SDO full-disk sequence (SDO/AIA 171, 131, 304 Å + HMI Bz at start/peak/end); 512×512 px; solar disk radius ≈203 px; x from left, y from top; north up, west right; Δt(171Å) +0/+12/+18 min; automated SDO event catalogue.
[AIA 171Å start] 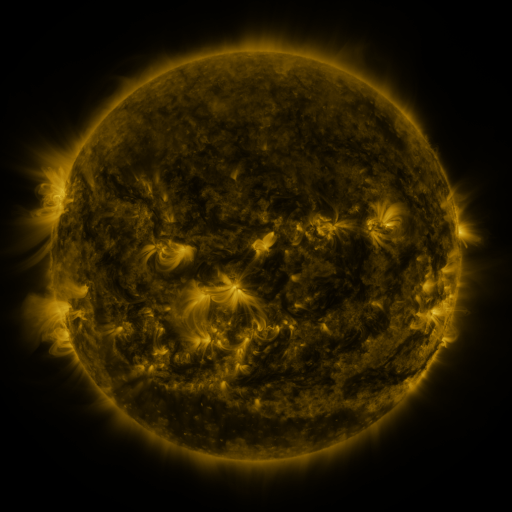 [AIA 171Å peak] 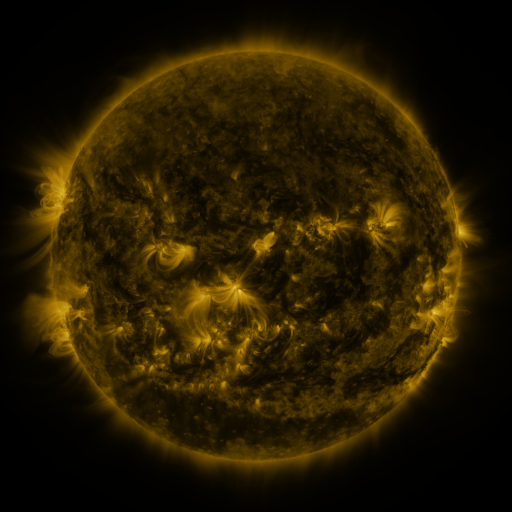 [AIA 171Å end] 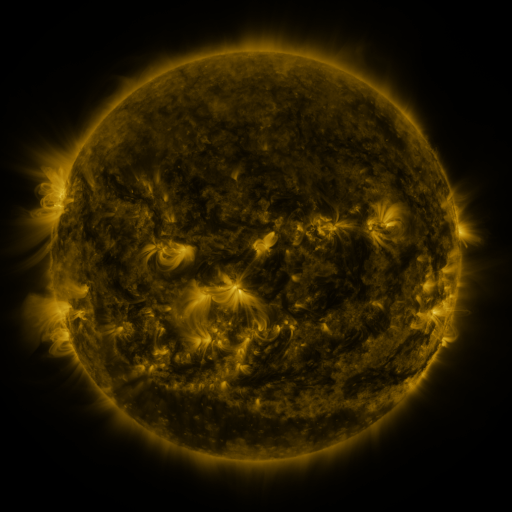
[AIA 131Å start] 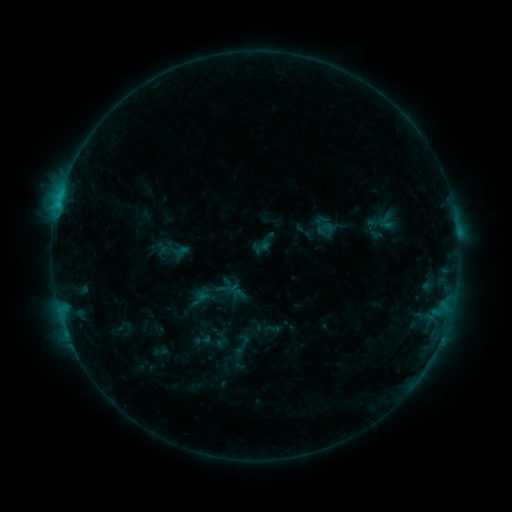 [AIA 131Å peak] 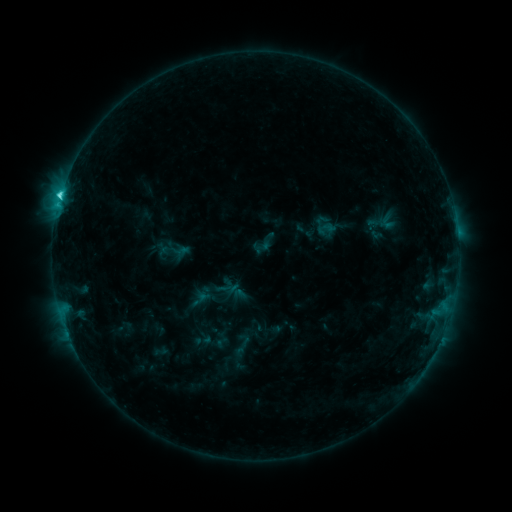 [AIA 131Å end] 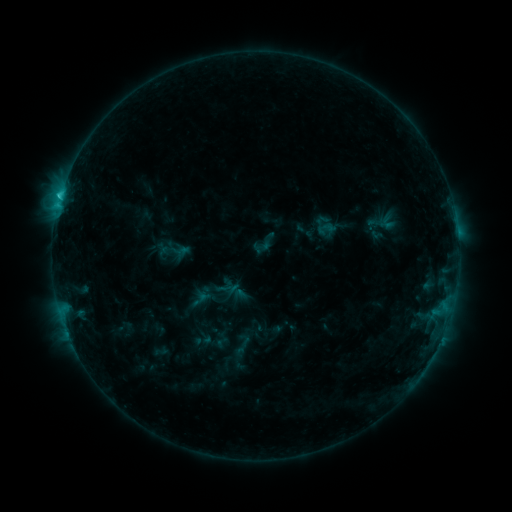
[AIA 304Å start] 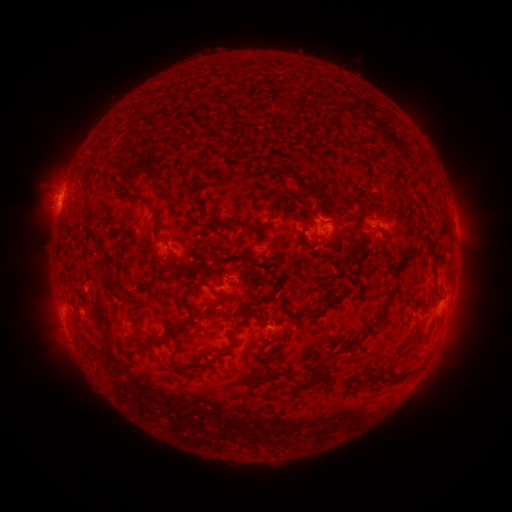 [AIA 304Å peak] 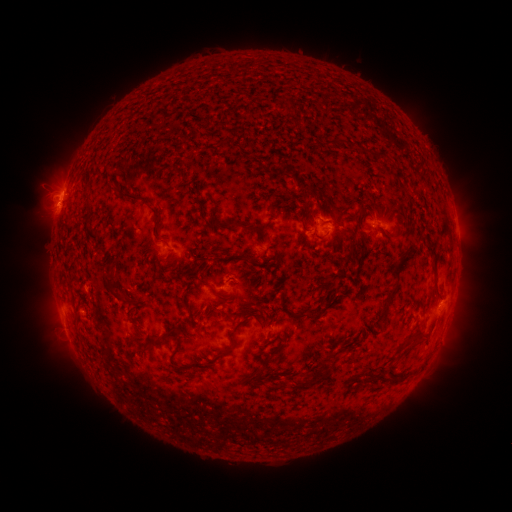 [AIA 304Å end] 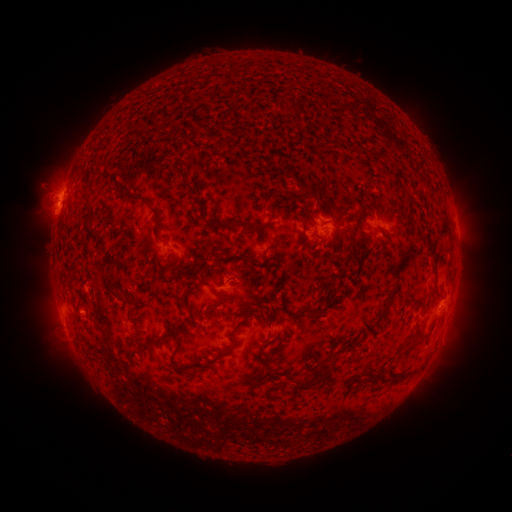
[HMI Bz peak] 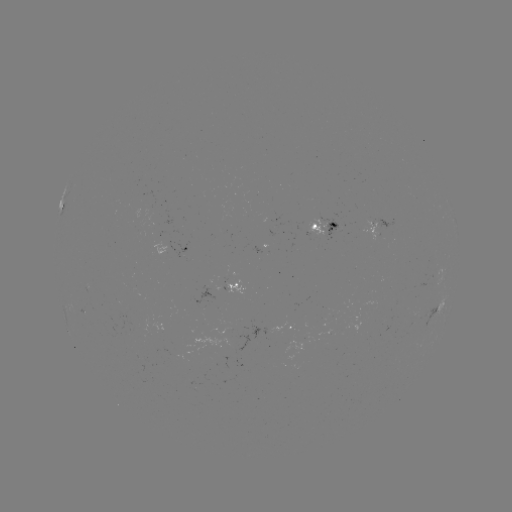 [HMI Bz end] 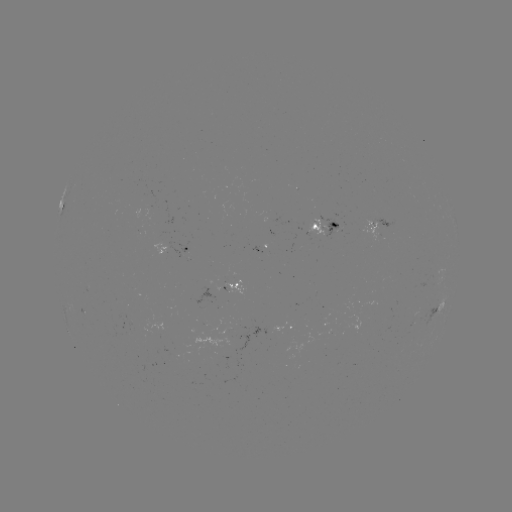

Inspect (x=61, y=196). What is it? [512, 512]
C2.1 flare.